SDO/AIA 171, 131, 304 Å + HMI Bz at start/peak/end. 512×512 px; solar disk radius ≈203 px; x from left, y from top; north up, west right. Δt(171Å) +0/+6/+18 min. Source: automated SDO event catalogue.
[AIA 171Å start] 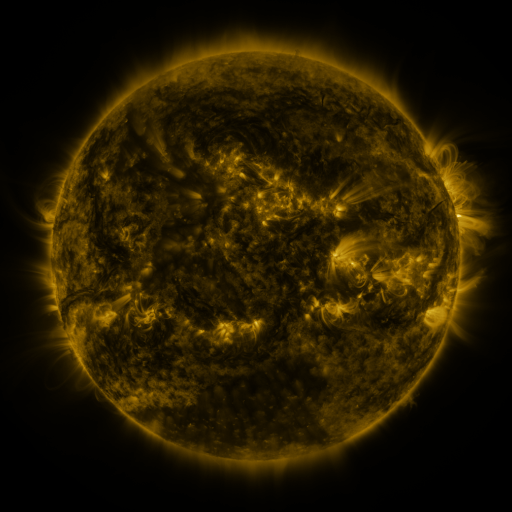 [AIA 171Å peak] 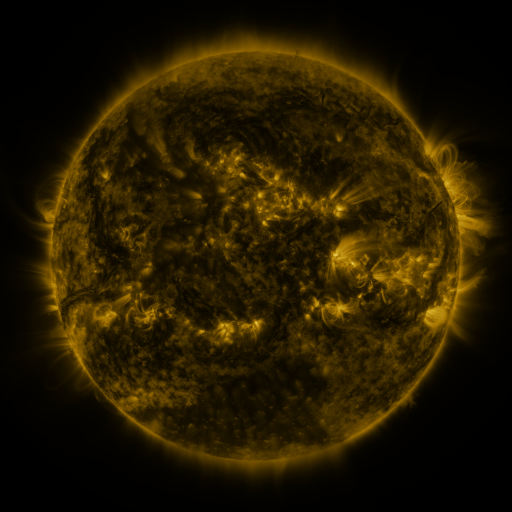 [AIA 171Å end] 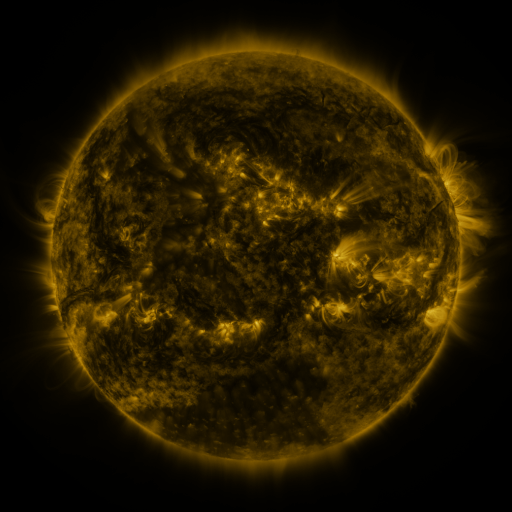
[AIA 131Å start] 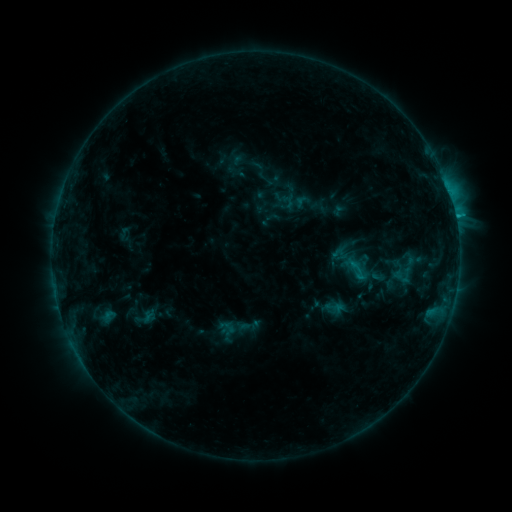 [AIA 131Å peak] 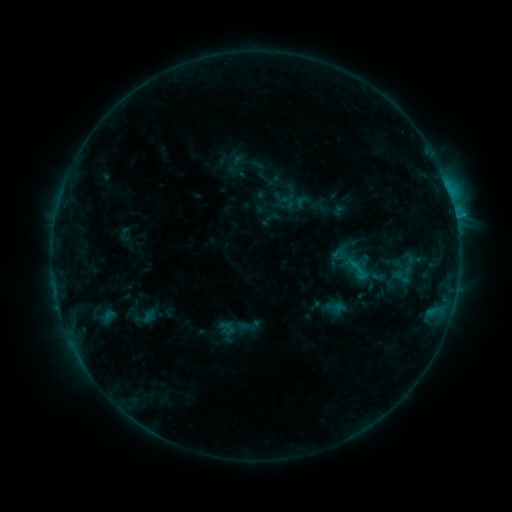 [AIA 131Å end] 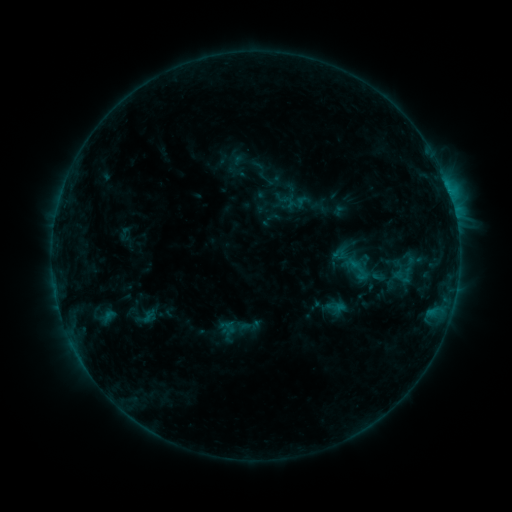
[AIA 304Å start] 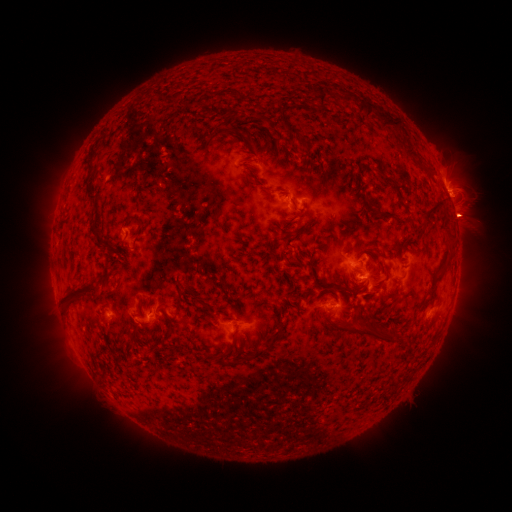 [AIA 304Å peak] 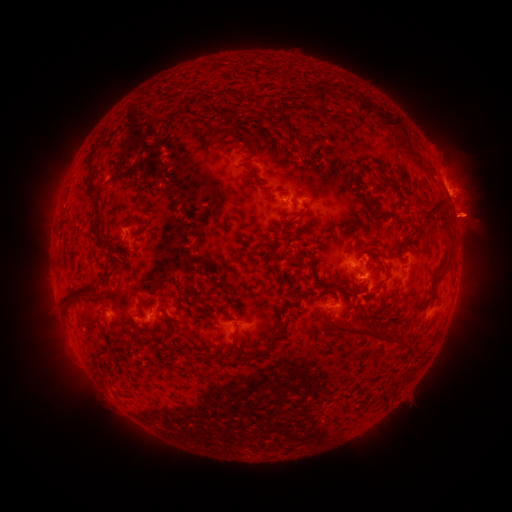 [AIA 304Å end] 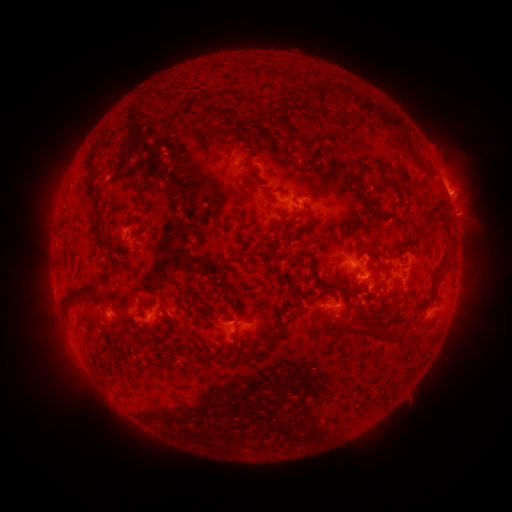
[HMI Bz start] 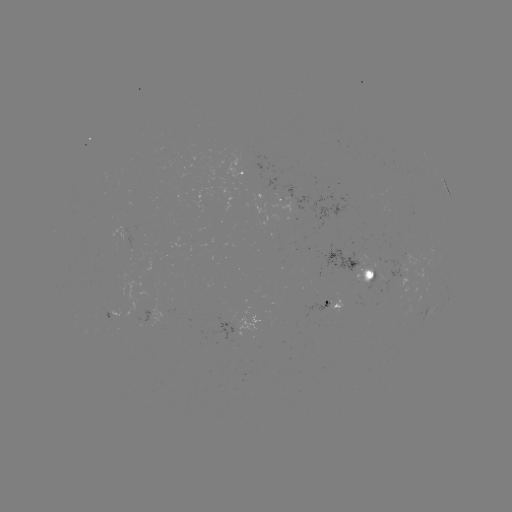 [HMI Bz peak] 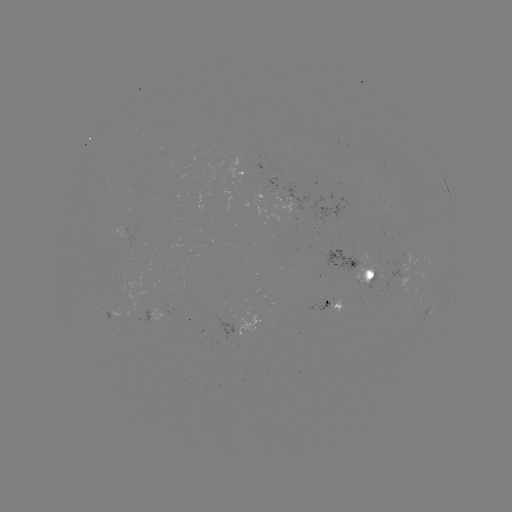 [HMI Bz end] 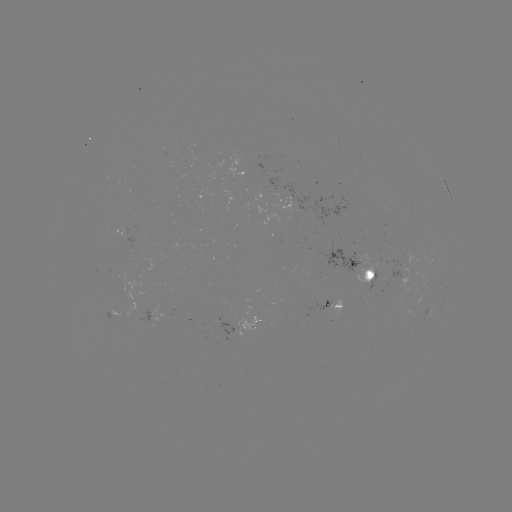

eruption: <bbox>435, 193, 497, 248</bbox>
